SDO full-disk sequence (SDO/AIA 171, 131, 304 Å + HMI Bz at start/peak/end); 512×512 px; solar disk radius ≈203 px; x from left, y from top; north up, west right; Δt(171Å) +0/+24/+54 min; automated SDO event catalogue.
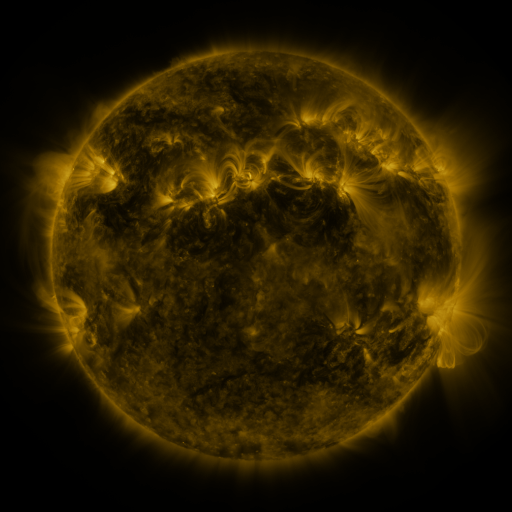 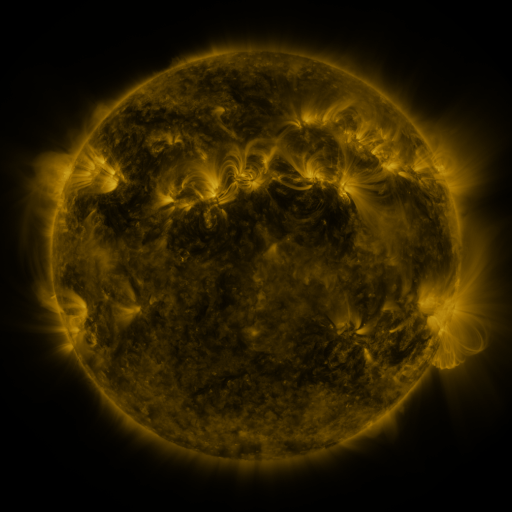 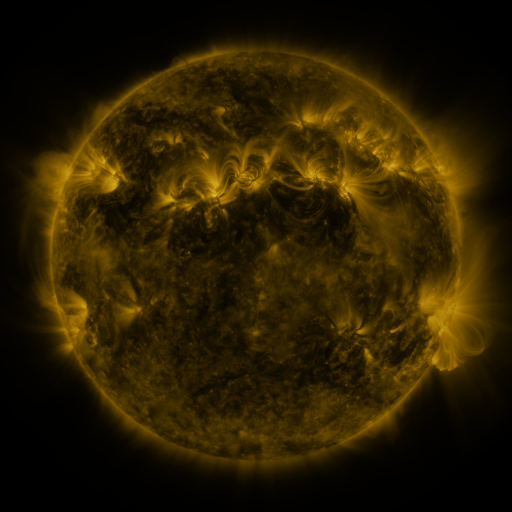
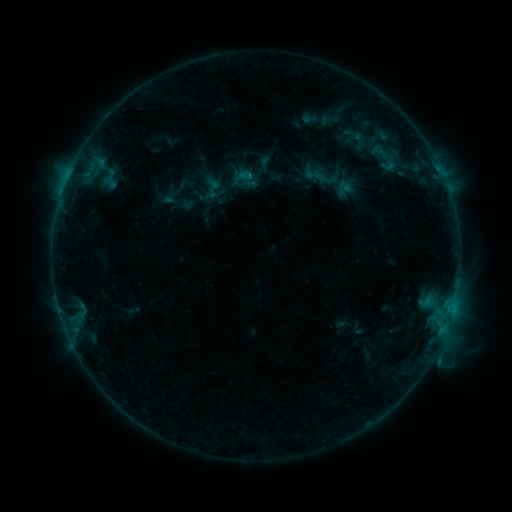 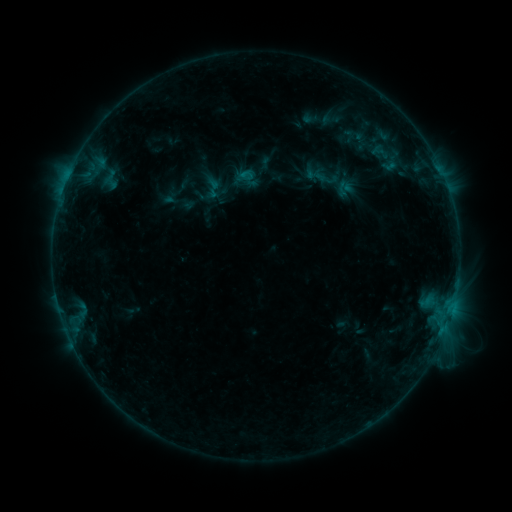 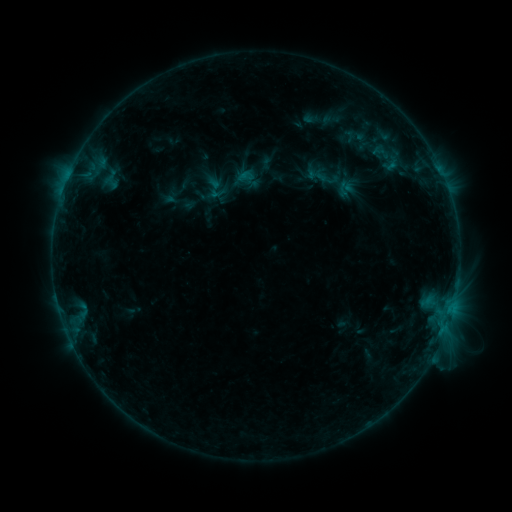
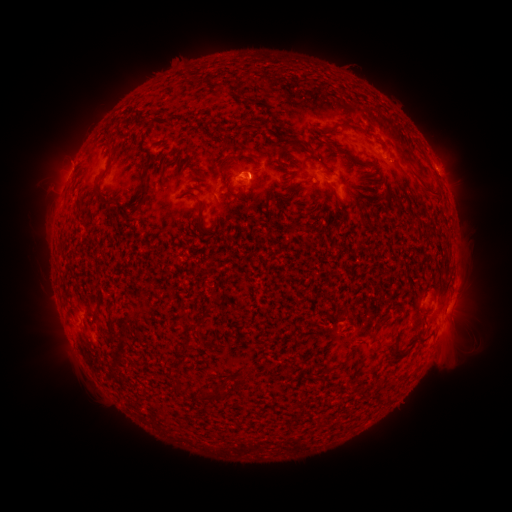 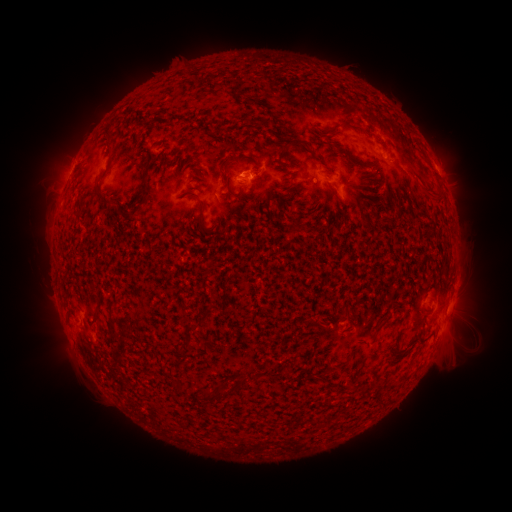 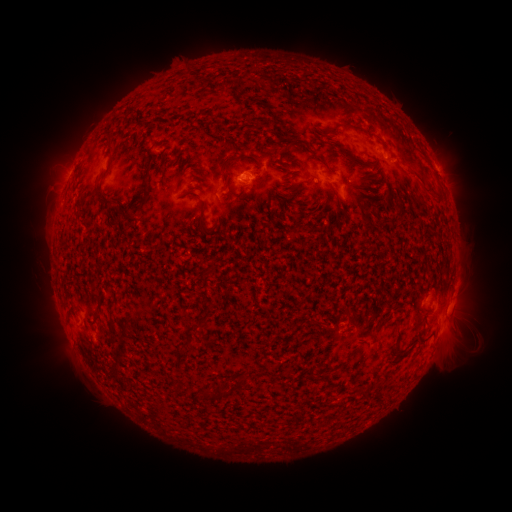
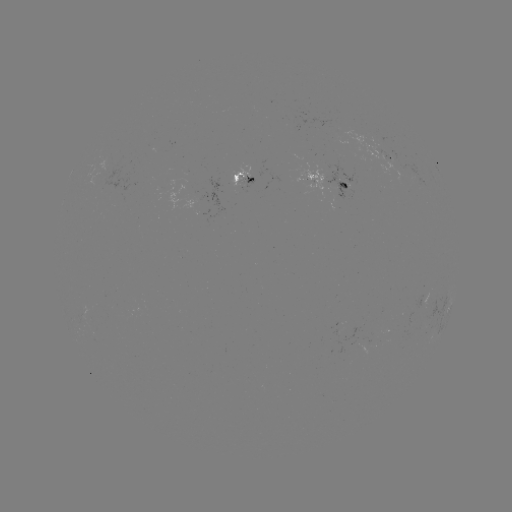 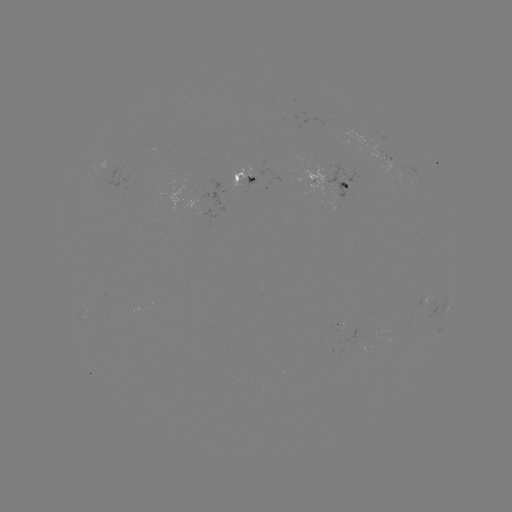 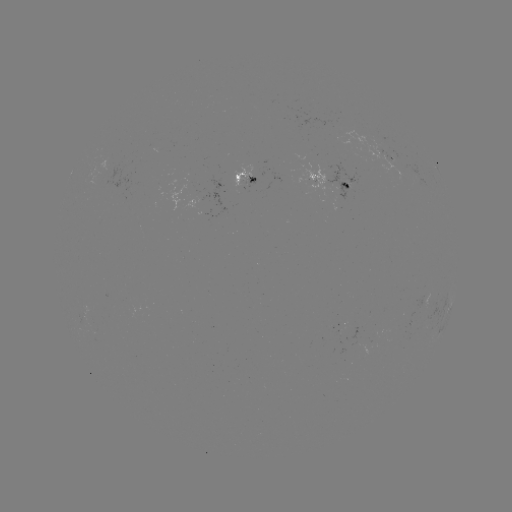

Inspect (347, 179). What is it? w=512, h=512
emerging-flux region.